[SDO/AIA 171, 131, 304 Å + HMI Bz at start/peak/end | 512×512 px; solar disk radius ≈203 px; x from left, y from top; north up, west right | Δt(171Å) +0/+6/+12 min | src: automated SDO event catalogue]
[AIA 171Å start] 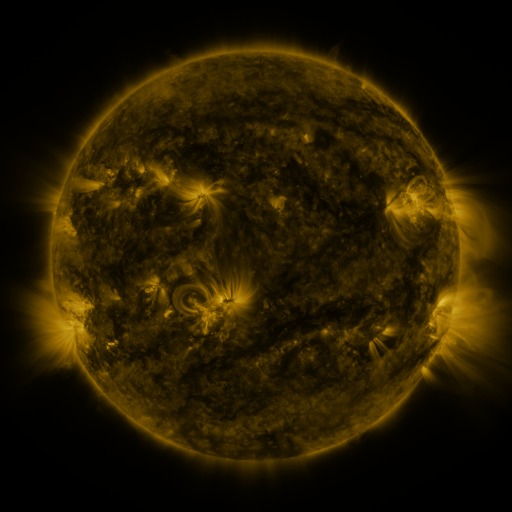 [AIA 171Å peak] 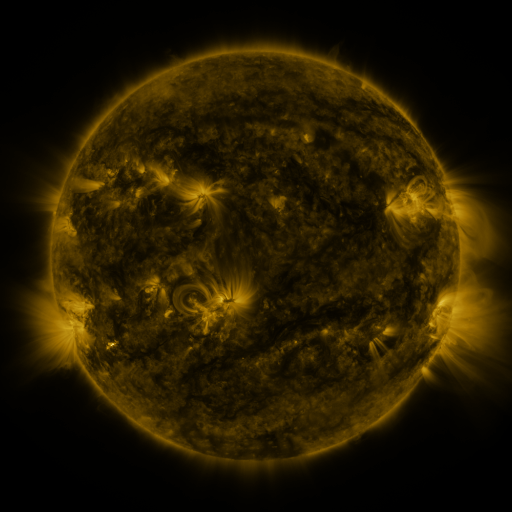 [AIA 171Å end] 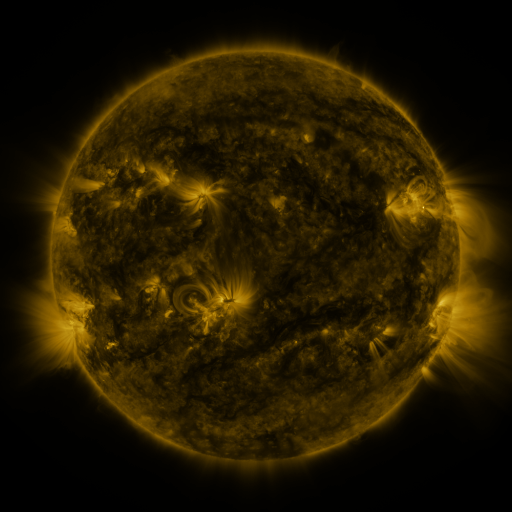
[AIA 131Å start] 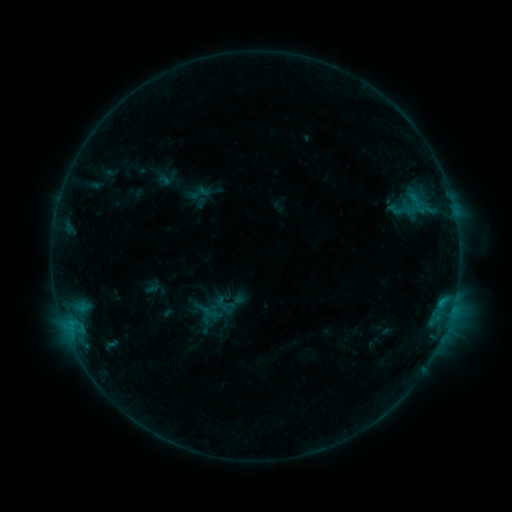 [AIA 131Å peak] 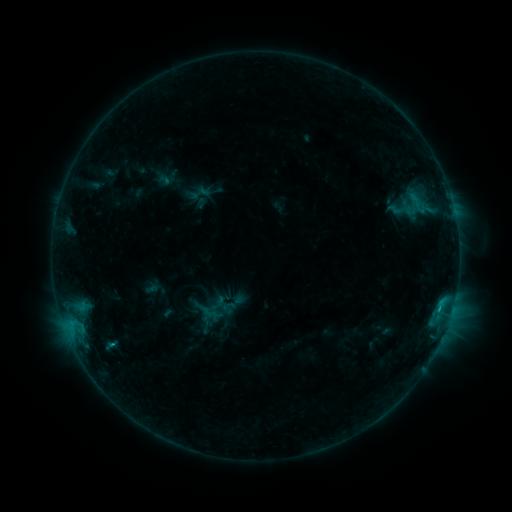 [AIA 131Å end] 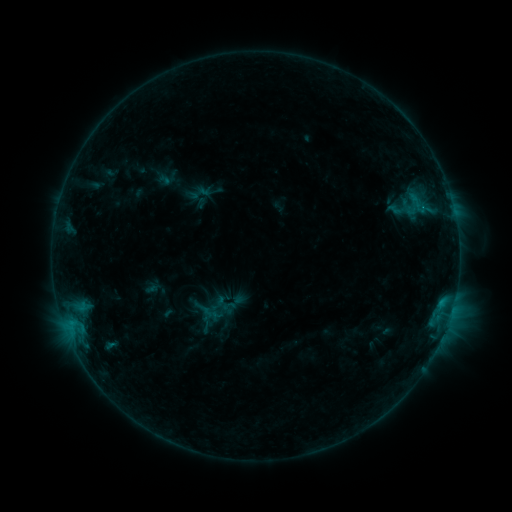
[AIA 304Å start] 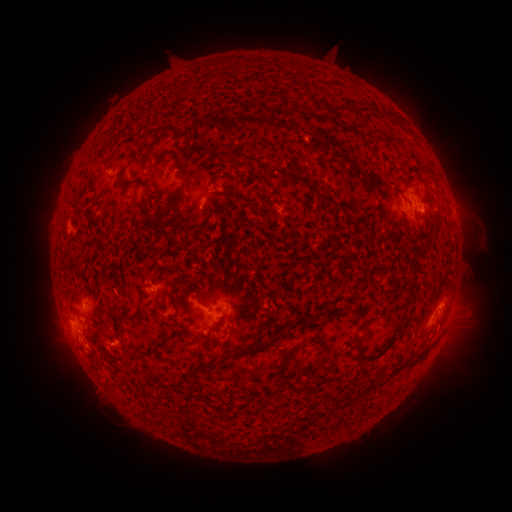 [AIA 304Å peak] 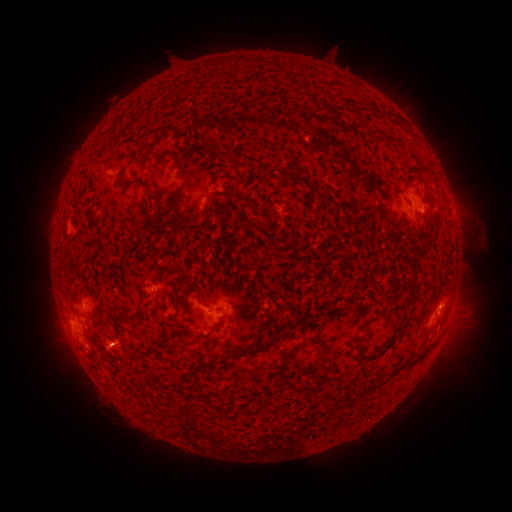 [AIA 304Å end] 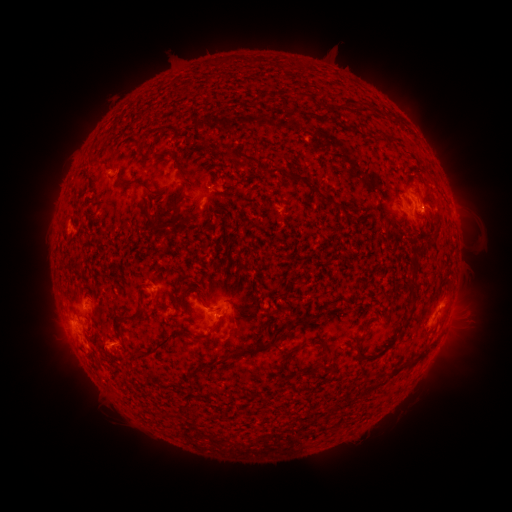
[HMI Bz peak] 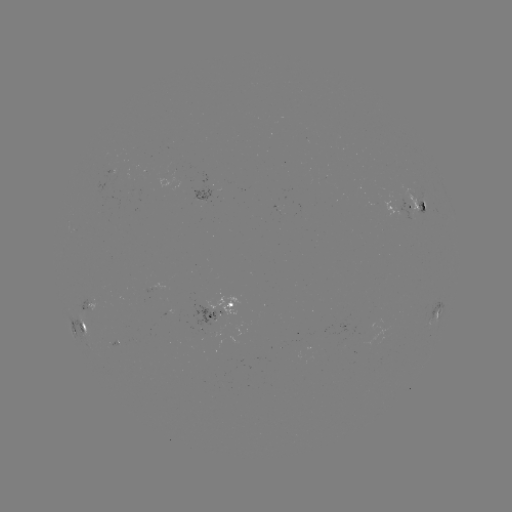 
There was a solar flare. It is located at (114, 343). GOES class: B9.4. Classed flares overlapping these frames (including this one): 1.